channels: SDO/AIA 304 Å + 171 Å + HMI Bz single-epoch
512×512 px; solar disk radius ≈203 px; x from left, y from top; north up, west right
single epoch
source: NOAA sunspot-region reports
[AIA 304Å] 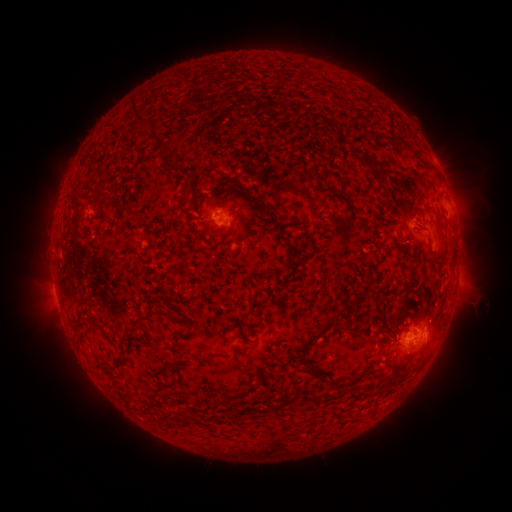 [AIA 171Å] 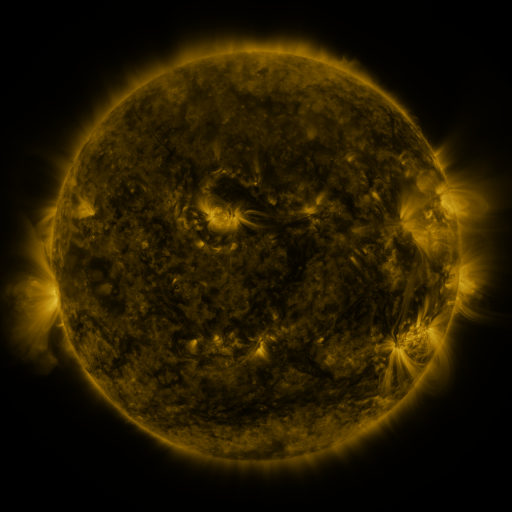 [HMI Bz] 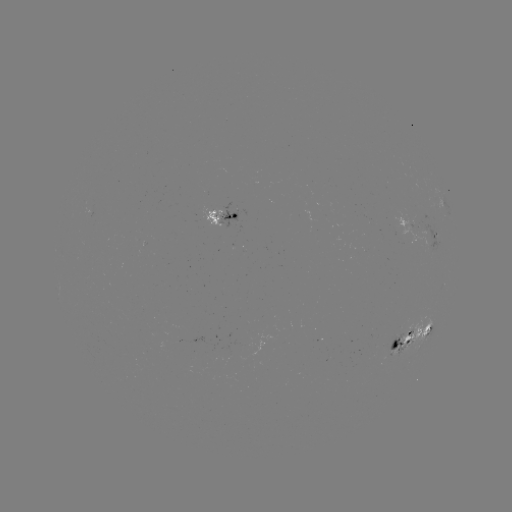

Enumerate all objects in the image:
spotted active region: (225, 215)
spotted active region: (423, 226)
spotted active region: (458, 269)
spotted active region: (414, 331)
